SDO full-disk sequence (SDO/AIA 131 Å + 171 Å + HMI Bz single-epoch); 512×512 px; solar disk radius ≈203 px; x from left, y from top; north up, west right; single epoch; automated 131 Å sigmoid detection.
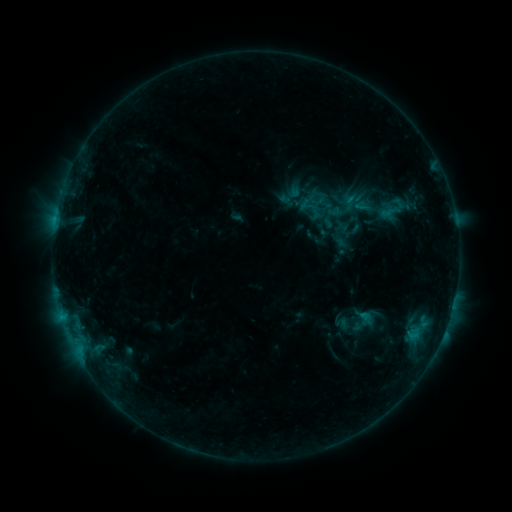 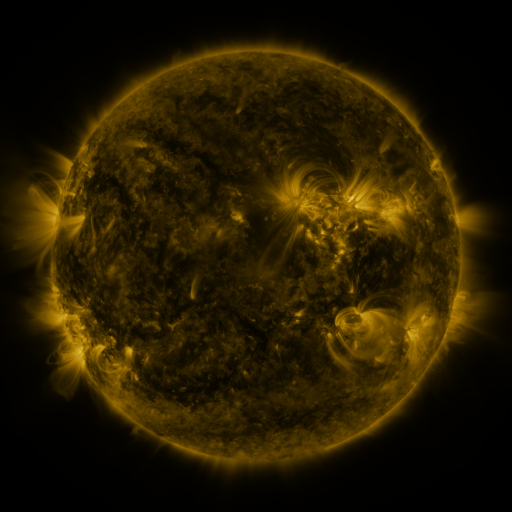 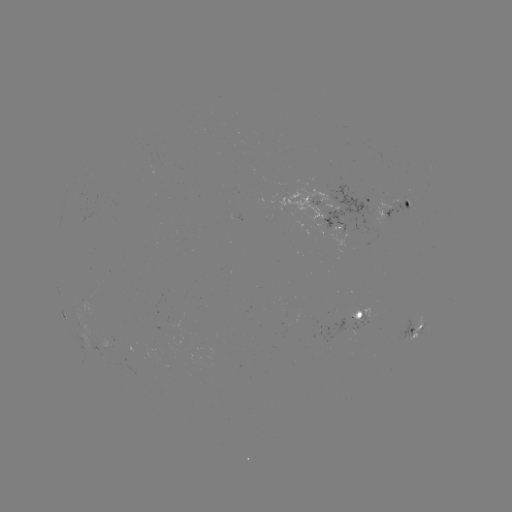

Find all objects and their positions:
sigmoid: <bbox>334, 212, 369, 243</bbox>
sigmoid: <bbox>339, 313, 356, 330</bbox>
